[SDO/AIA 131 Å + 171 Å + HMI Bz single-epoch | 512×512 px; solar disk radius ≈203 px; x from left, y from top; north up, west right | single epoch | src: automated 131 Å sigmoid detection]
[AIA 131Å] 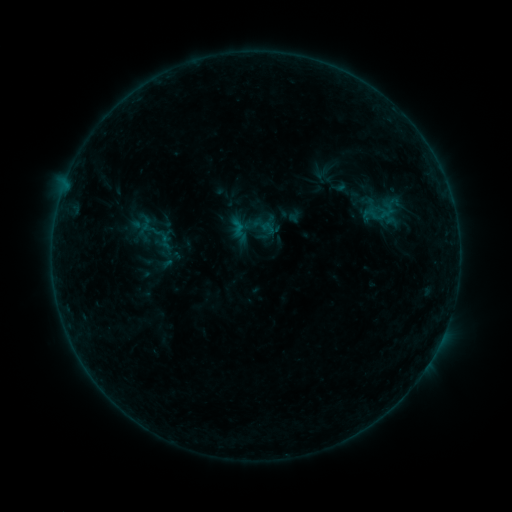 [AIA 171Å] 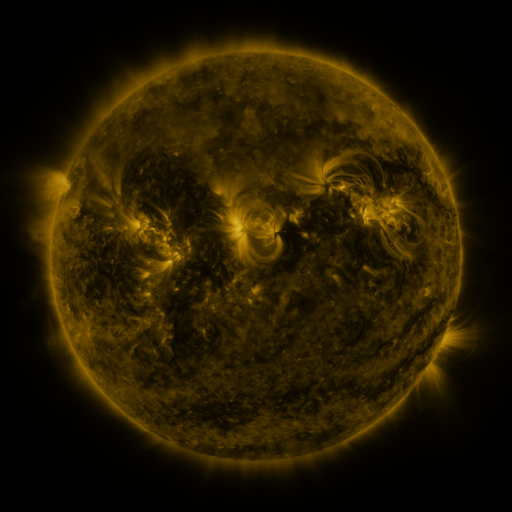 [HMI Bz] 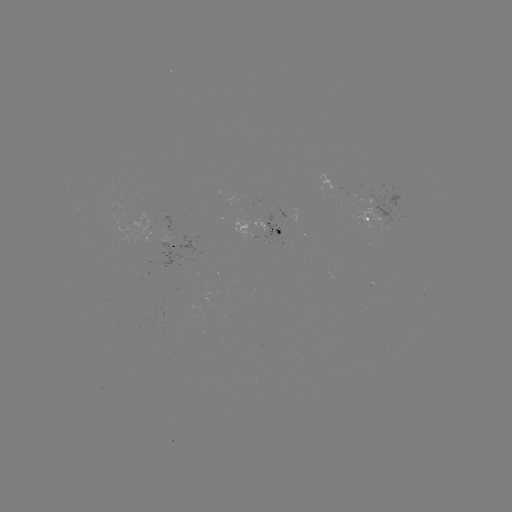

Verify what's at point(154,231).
sigmoid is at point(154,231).